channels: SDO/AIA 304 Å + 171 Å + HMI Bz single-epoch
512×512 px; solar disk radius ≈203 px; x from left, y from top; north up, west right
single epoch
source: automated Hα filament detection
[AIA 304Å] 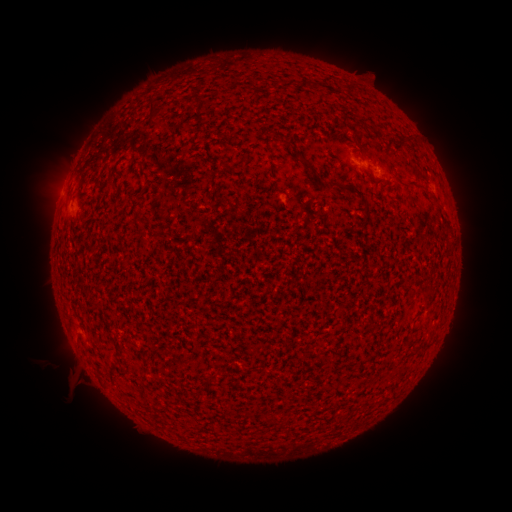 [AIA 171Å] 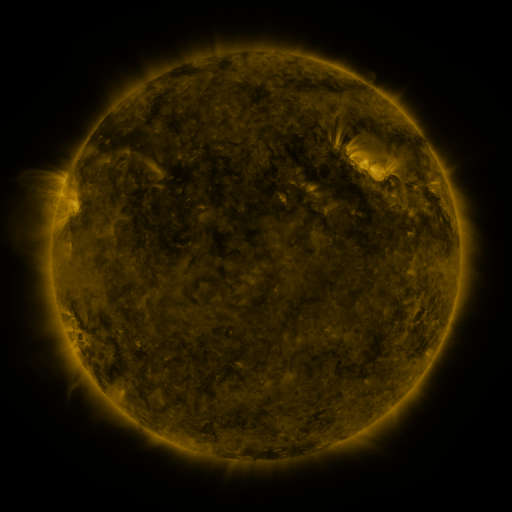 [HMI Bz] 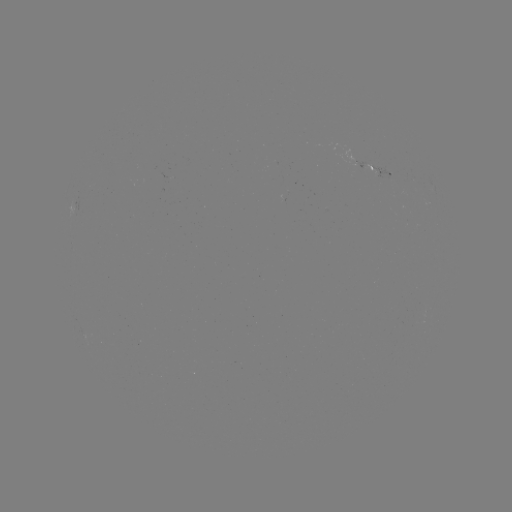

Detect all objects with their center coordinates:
filament: (154, 107)
filament: (370, 130)
filament: (226, 165)
filament: (314, 170)
filament: (411, 186)
filament: (383, 187)
filament: (228, 203)
filament: (242, 209)
filament: (280, 427)
